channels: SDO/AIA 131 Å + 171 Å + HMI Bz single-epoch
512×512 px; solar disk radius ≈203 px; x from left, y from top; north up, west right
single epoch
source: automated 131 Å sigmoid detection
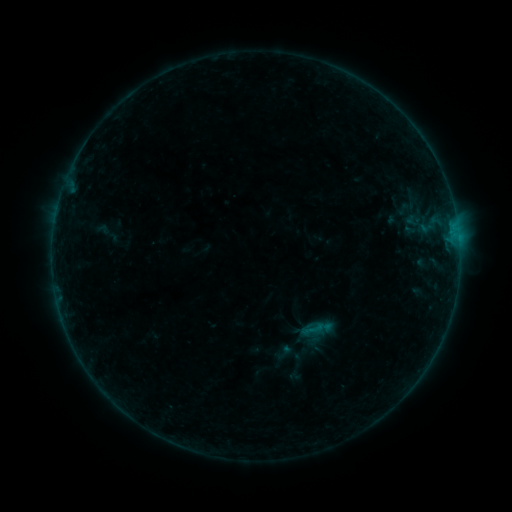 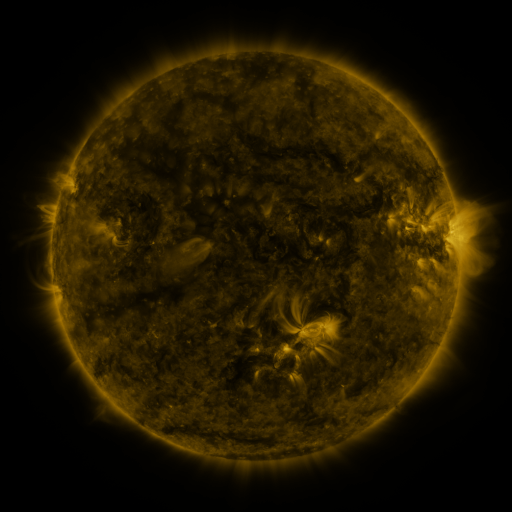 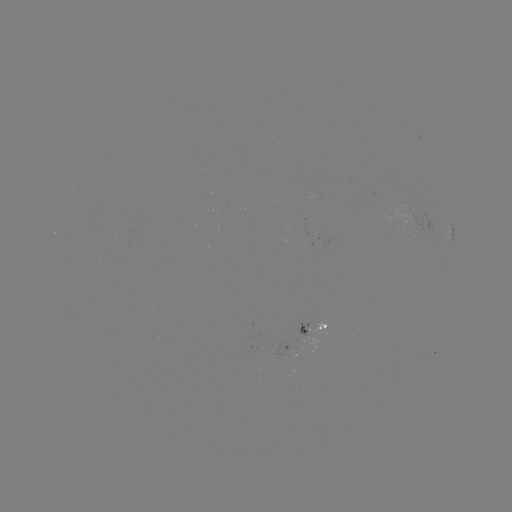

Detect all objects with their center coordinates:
sigmoid: (313, 329)
